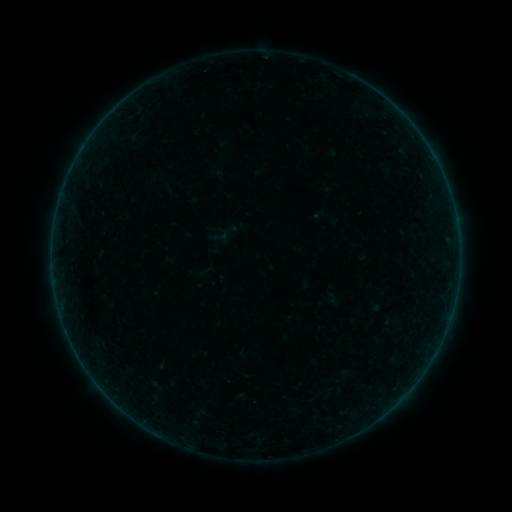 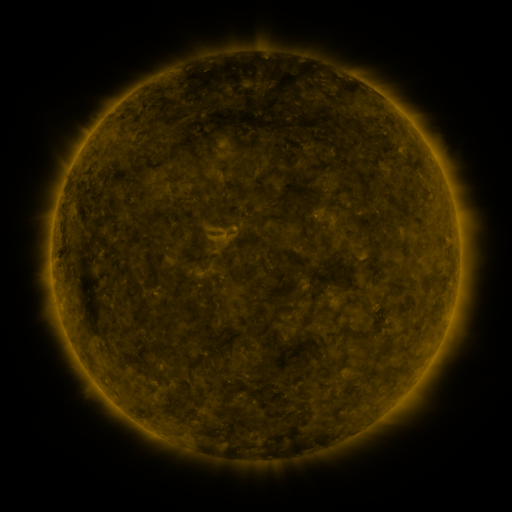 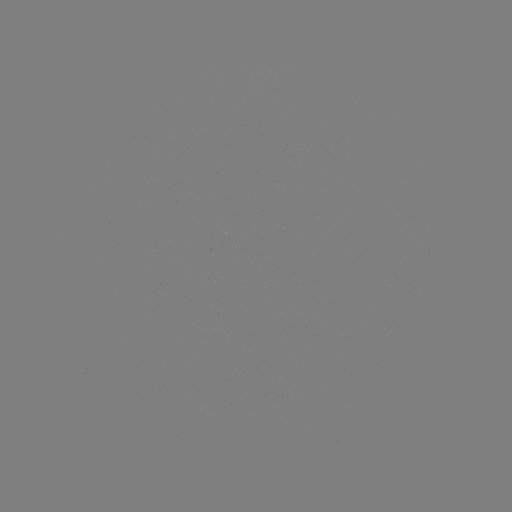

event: sigmoid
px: (220, 237)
